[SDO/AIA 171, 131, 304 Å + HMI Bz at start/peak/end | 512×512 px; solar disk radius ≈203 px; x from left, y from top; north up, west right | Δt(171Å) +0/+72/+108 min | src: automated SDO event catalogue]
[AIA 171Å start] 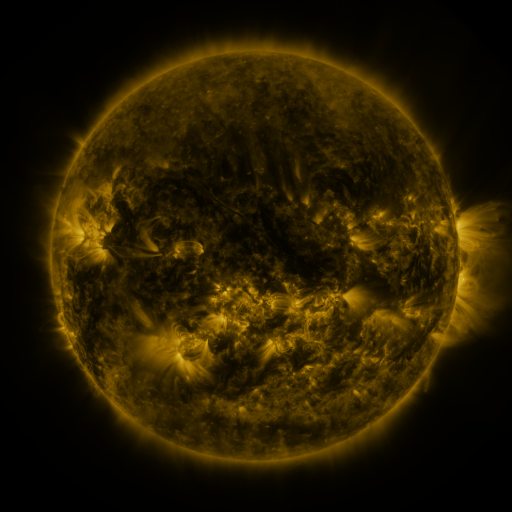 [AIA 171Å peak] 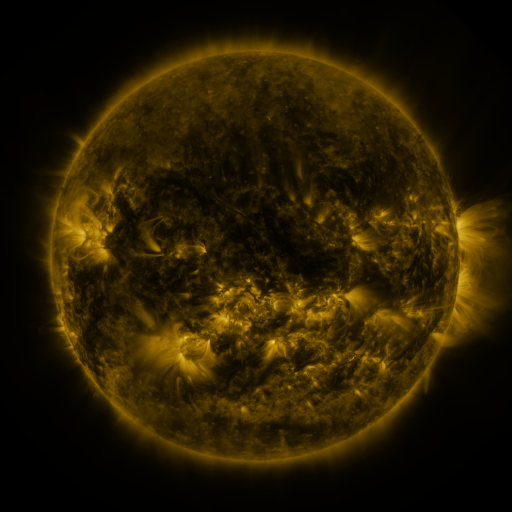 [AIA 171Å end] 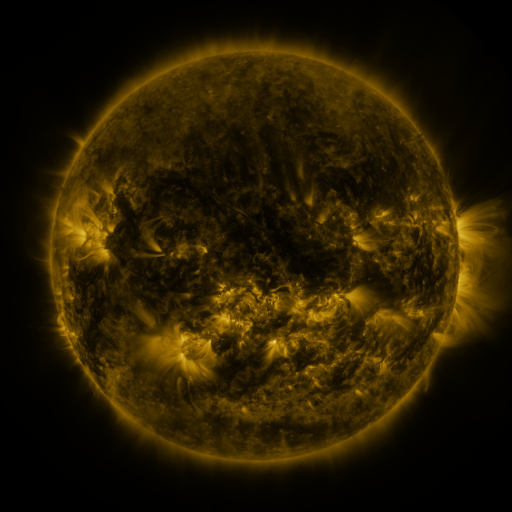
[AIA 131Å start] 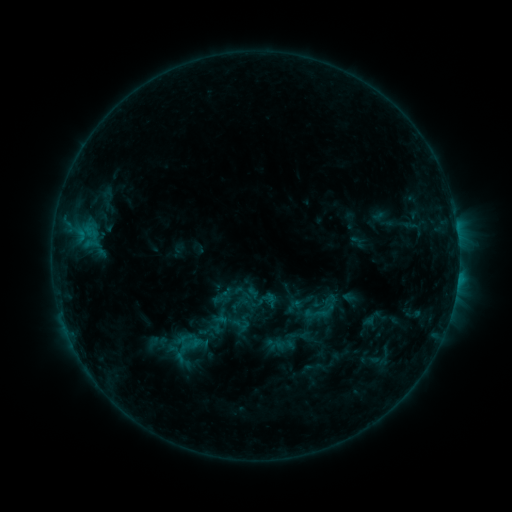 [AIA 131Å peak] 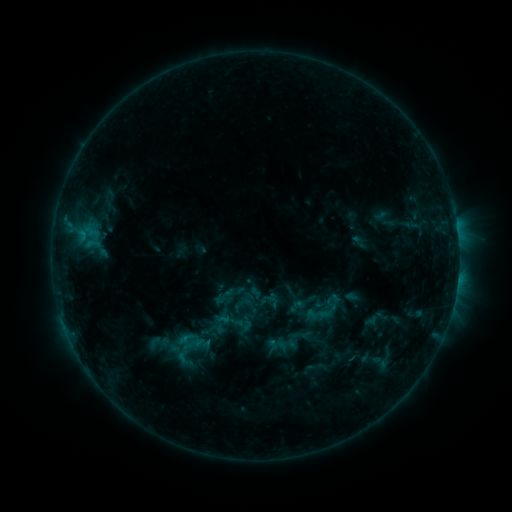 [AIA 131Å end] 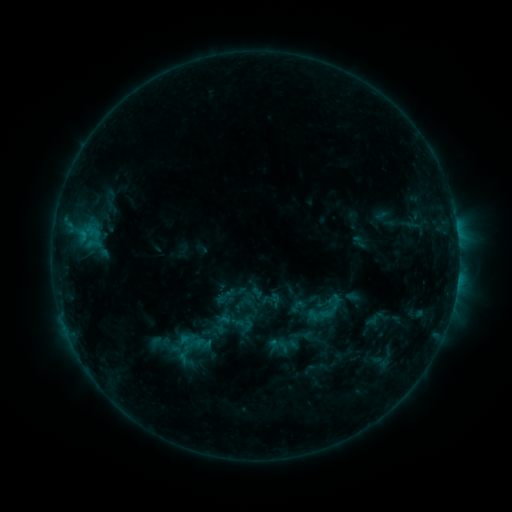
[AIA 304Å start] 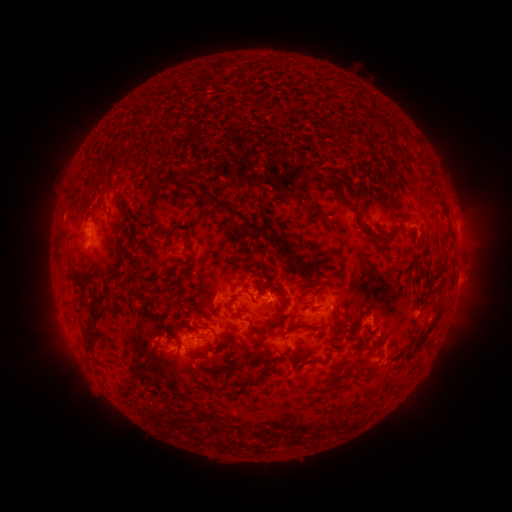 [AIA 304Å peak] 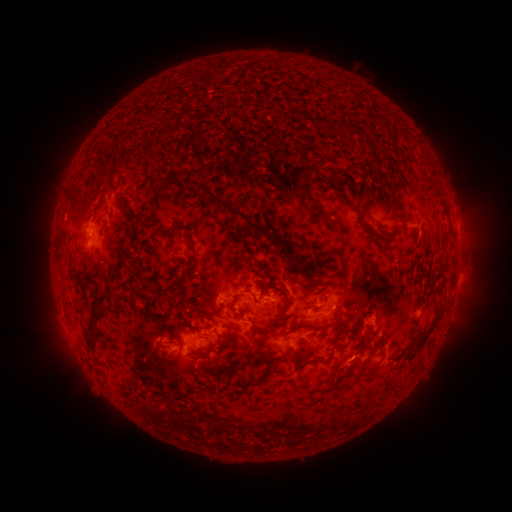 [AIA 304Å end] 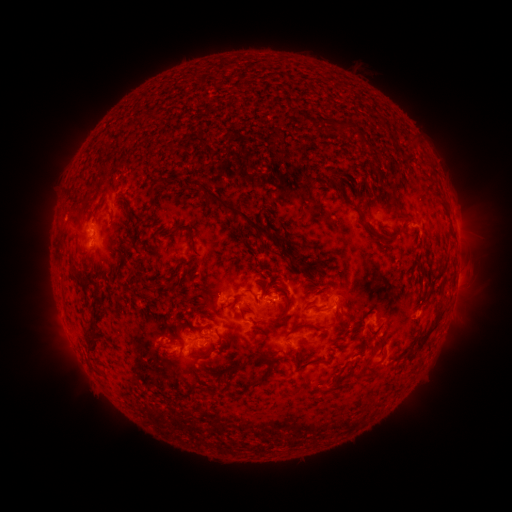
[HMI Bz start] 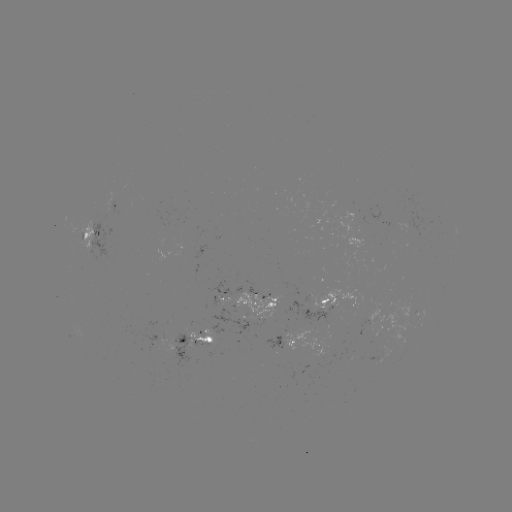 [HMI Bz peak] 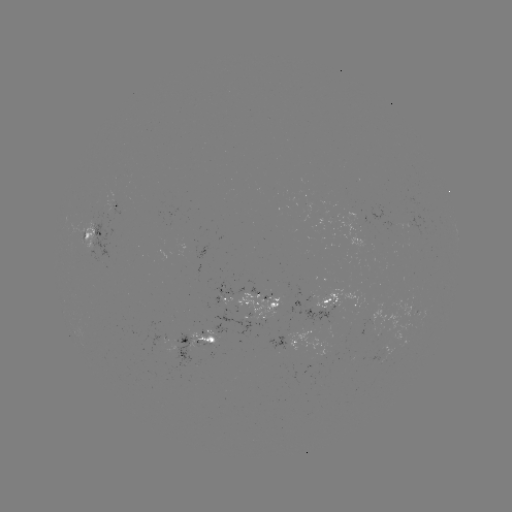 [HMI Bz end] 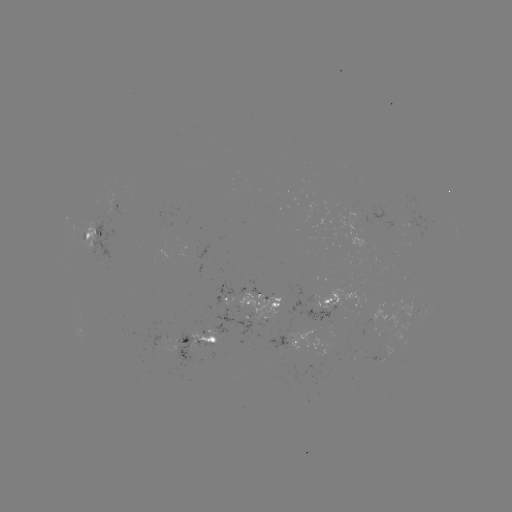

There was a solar emerging-flux region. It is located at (380, 324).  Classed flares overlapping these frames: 1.